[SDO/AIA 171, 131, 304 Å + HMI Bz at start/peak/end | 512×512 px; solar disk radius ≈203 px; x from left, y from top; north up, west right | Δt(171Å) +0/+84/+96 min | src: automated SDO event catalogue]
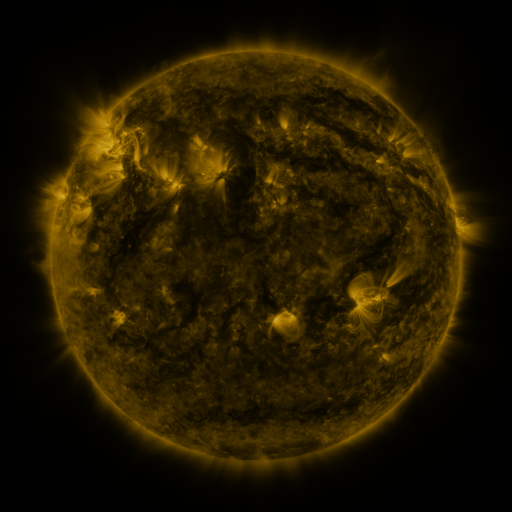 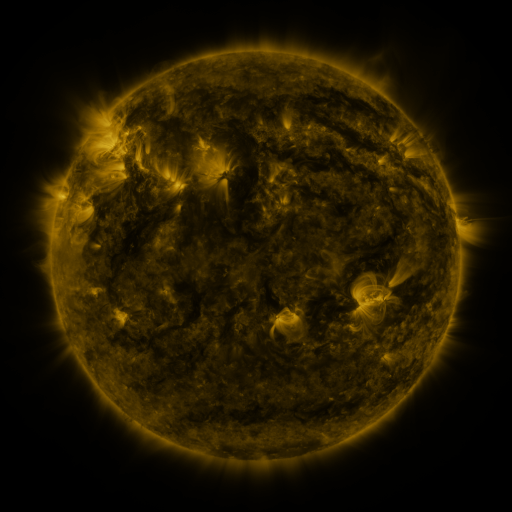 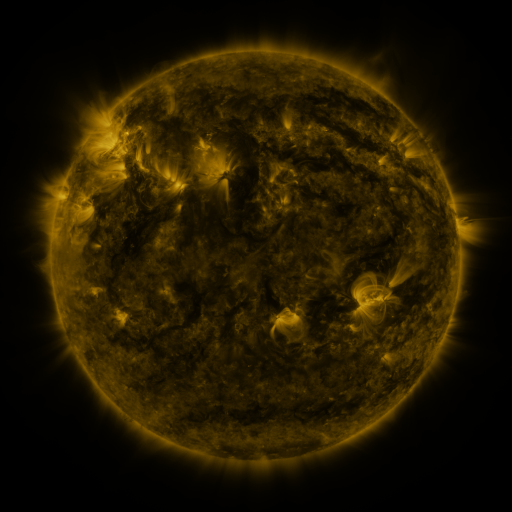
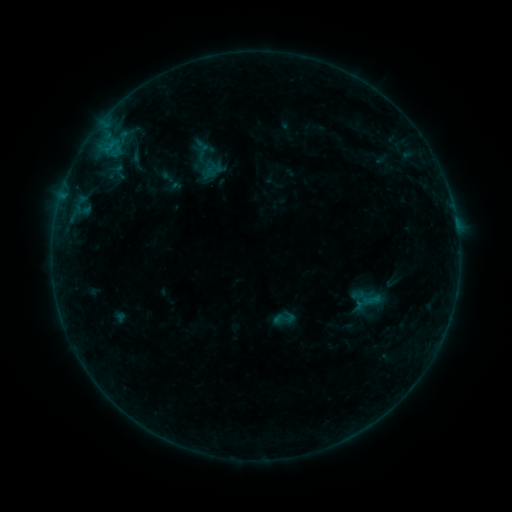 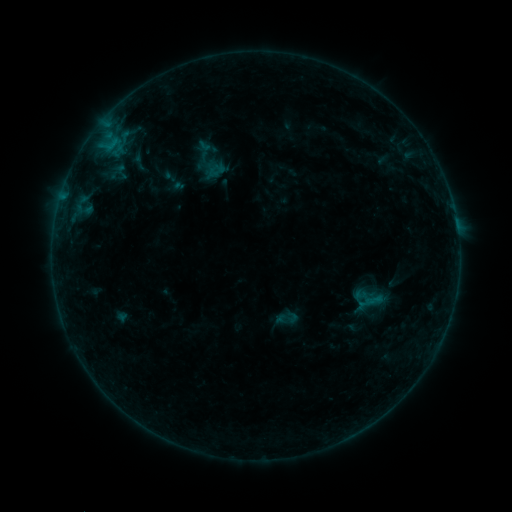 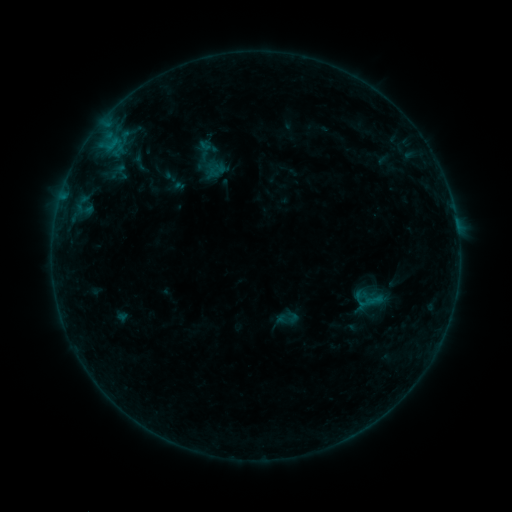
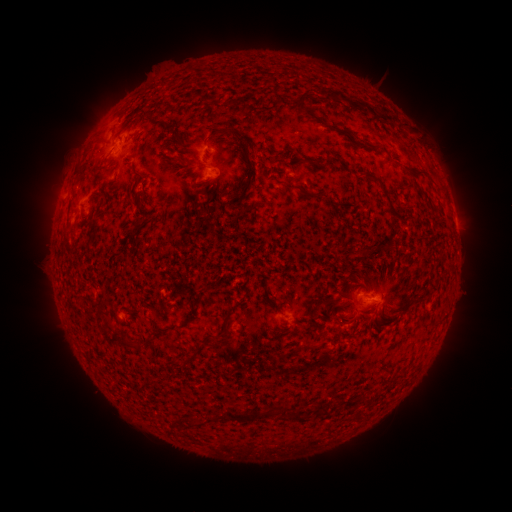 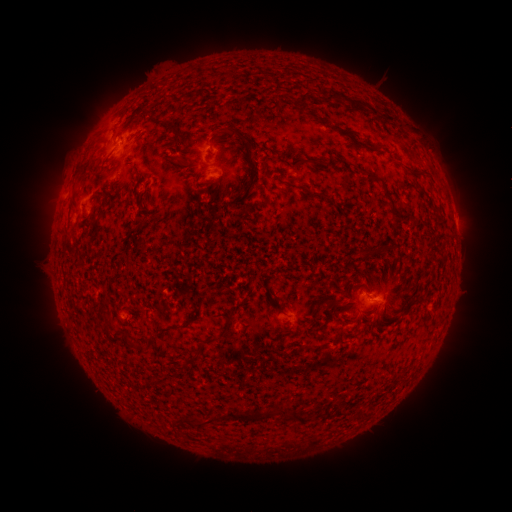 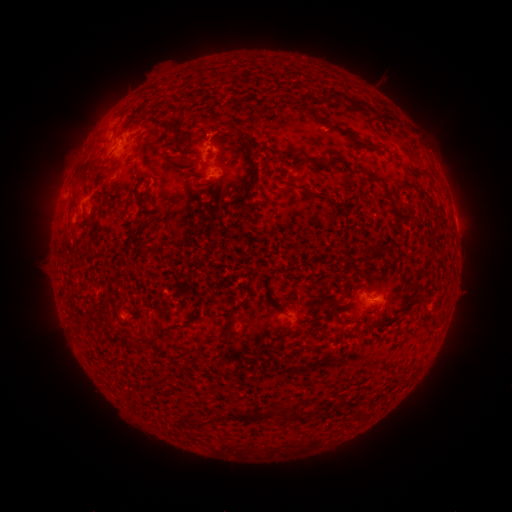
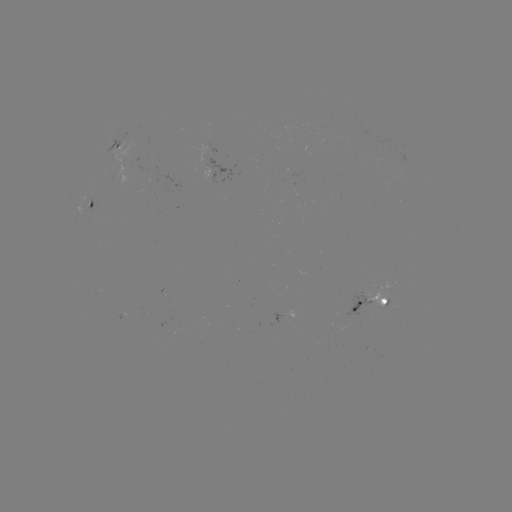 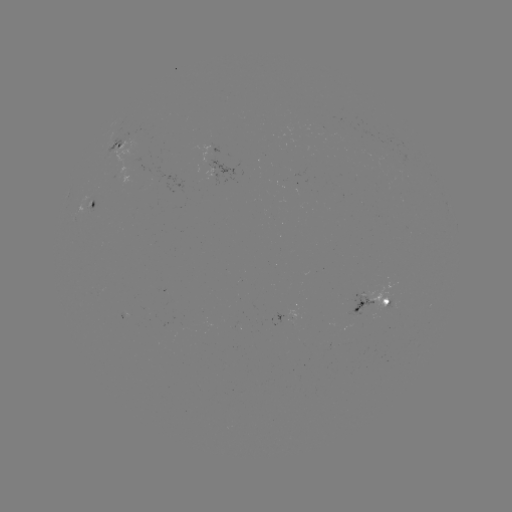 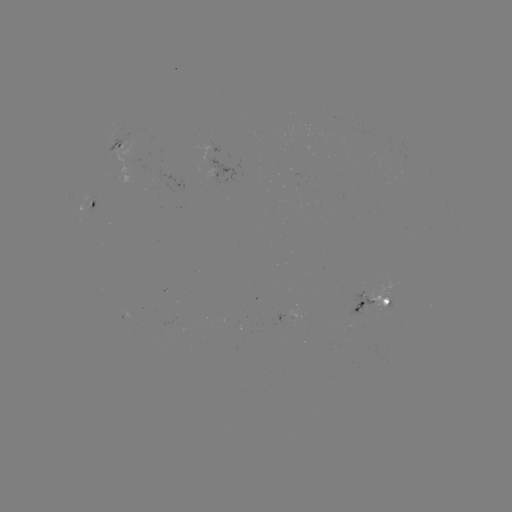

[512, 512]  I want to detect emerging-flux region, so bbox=[346, 291, 373, 318].